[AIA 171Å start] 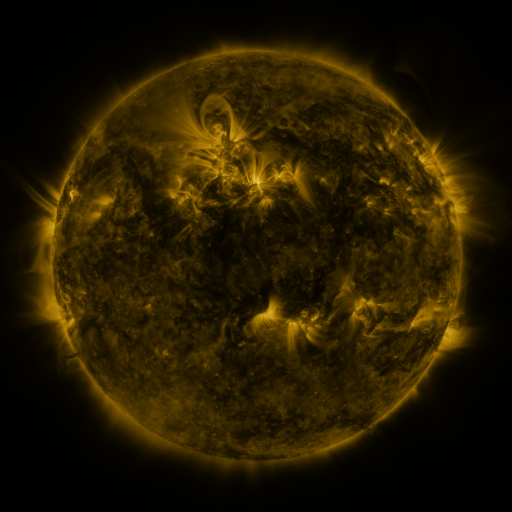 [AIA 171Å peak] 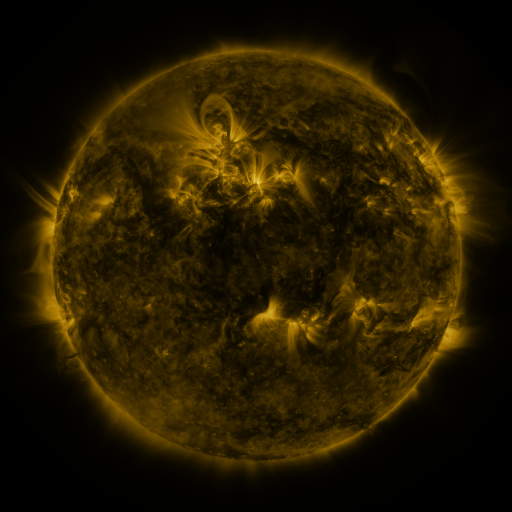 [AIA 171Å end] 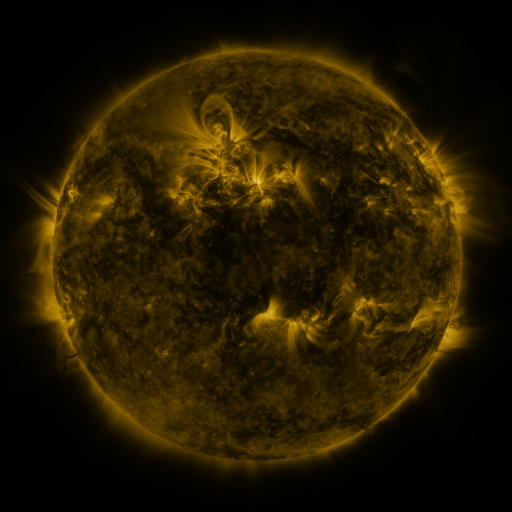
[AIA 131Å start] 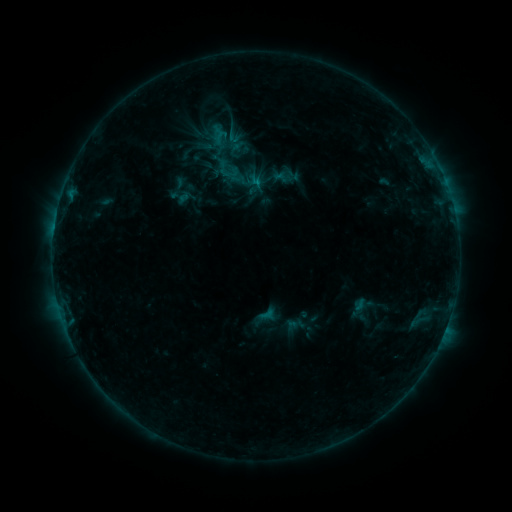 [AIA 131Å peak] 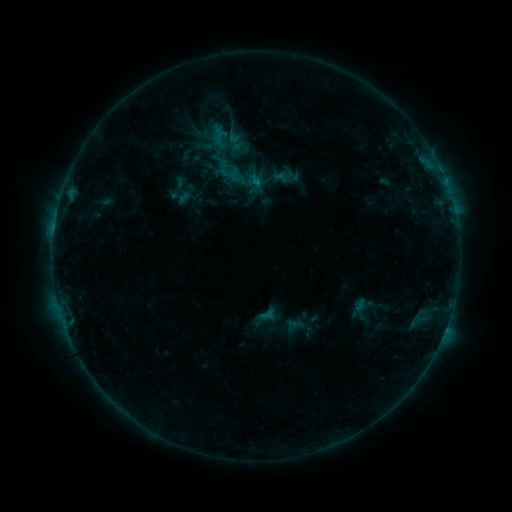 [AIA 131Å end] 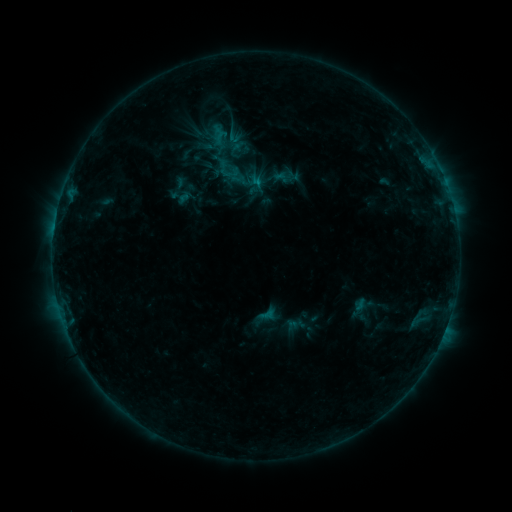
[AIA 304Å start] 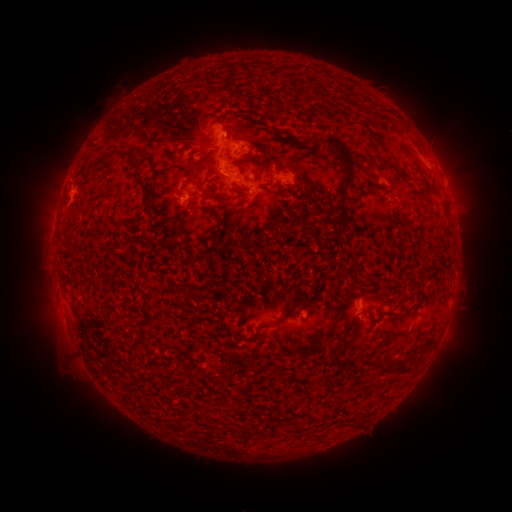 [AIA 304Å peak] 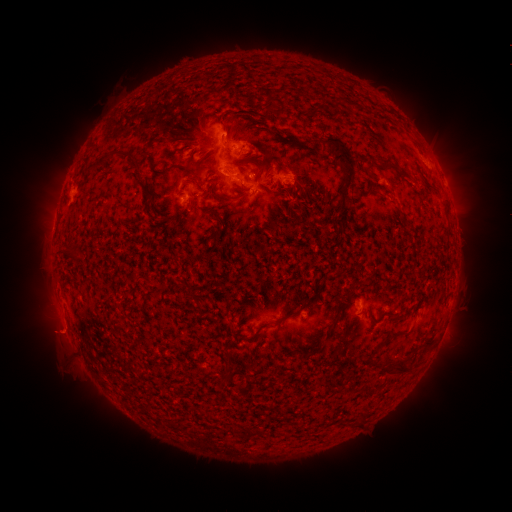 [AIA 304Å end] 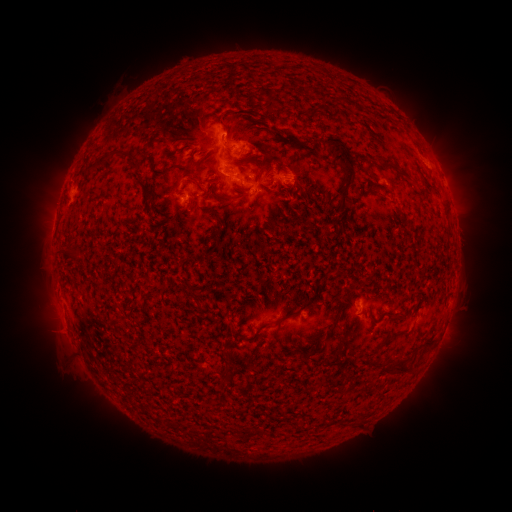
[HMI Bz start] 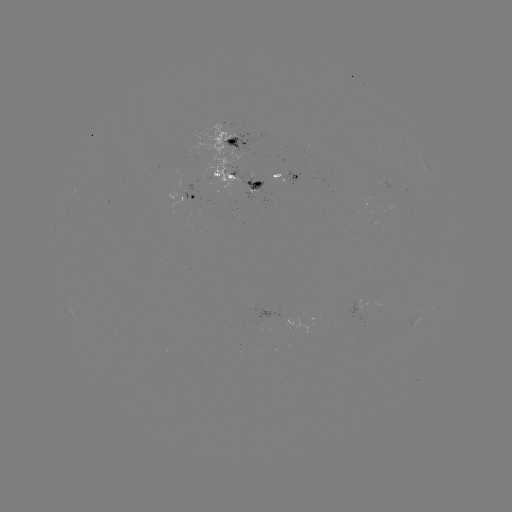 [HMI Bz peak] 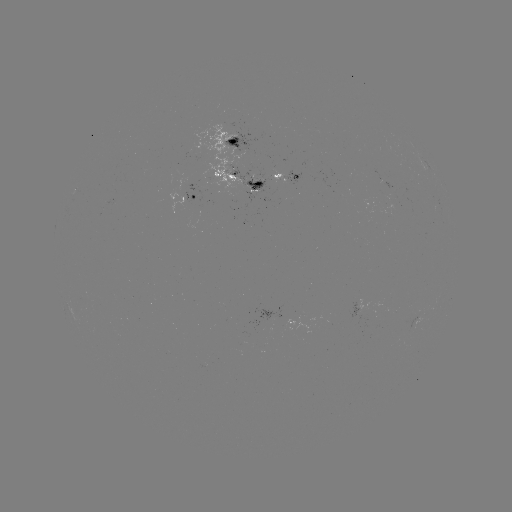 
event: eruption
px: (58, 336)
